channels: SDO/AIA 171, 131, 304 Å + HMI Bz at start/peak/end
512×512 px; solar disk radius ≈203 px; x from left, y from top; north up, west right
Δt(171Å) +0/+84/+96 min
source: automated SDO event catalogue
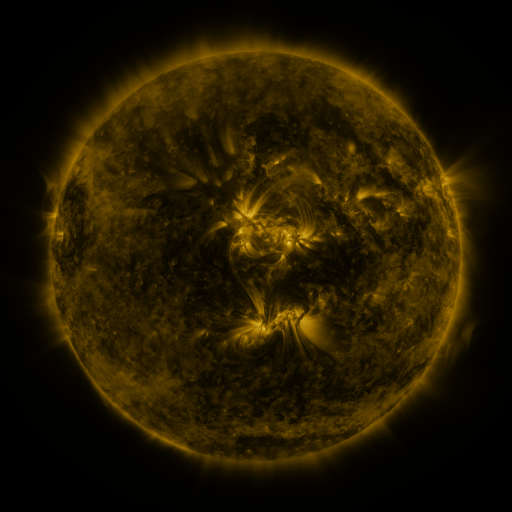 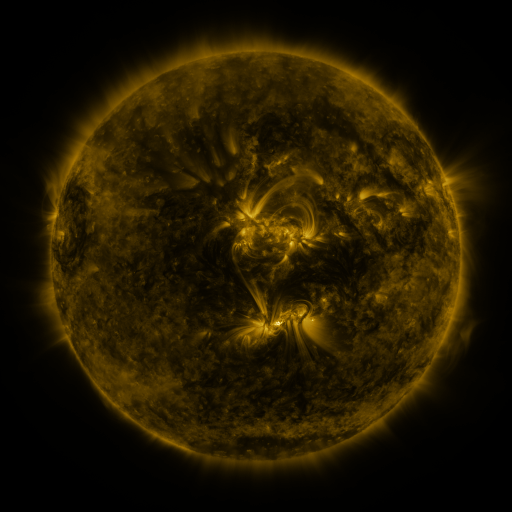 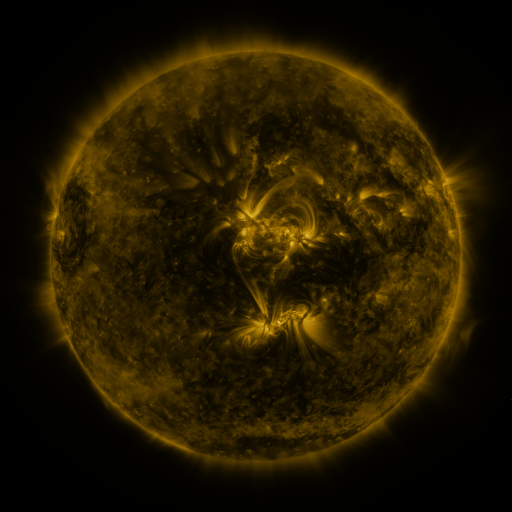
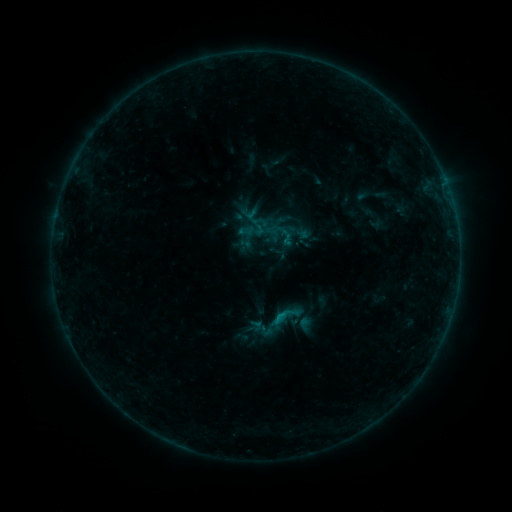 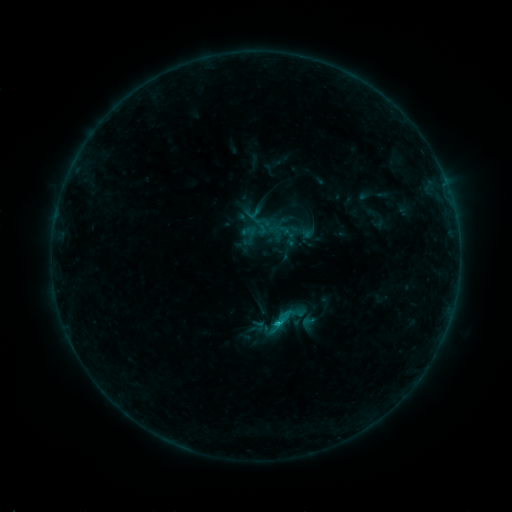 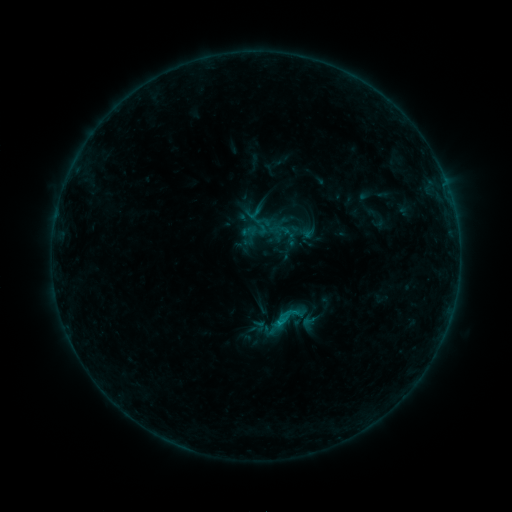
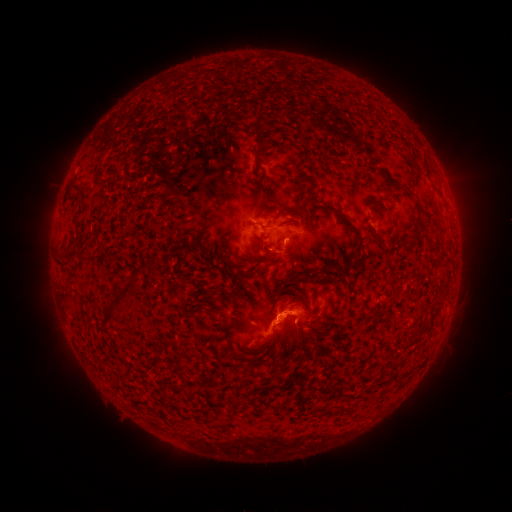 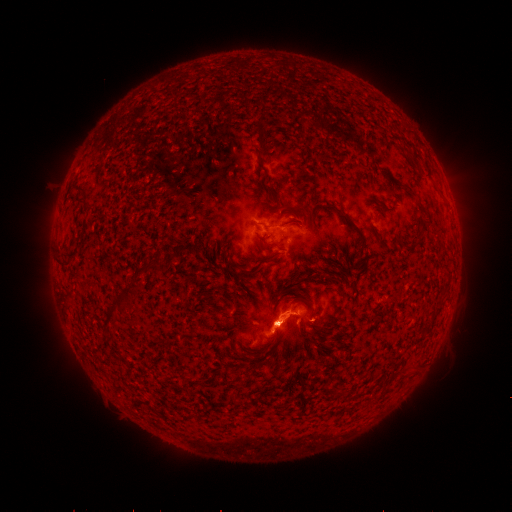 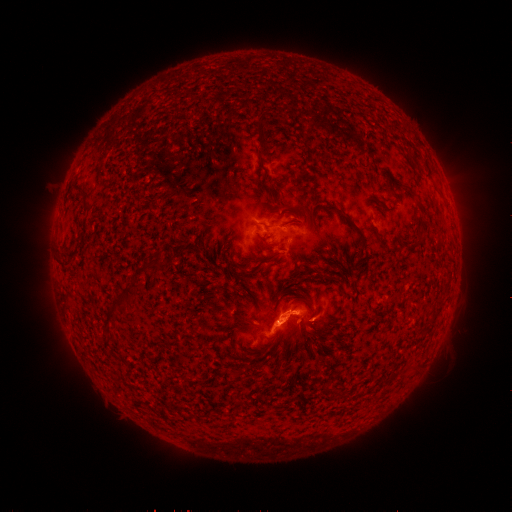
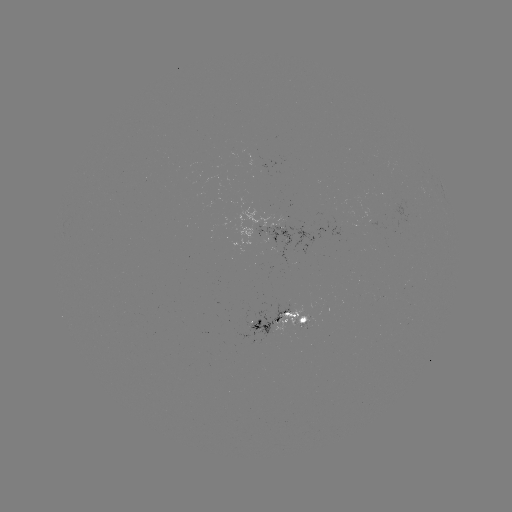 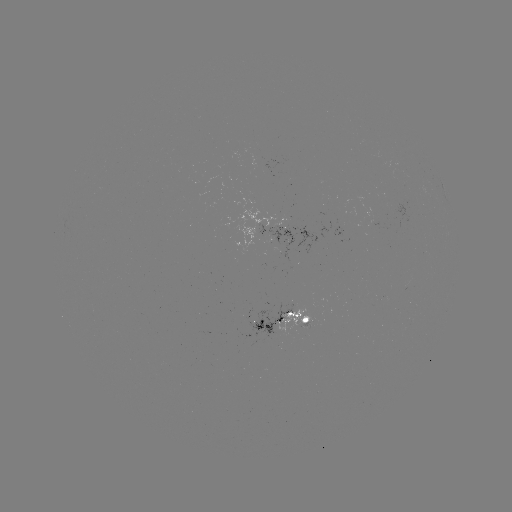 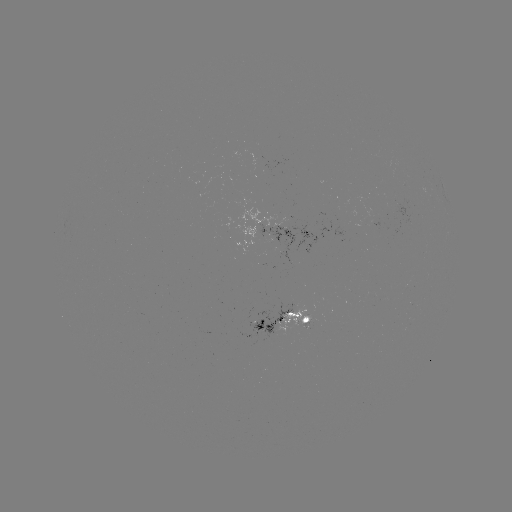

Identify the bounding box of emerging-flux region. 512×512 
[246, 303, 292, 338].